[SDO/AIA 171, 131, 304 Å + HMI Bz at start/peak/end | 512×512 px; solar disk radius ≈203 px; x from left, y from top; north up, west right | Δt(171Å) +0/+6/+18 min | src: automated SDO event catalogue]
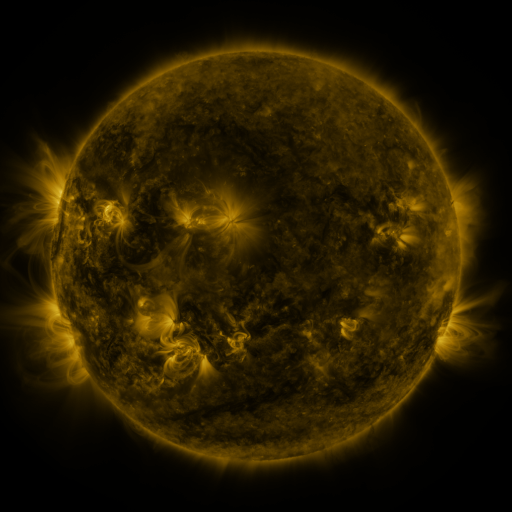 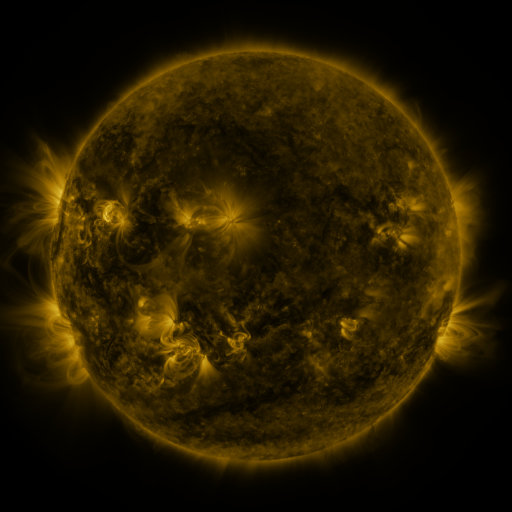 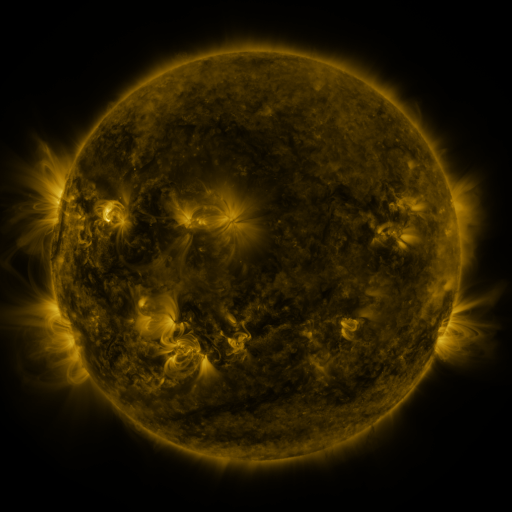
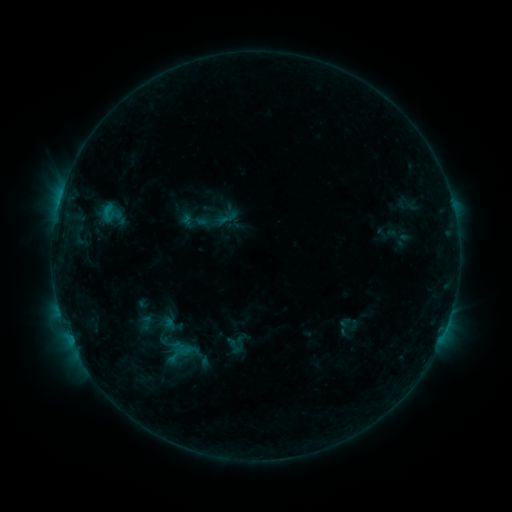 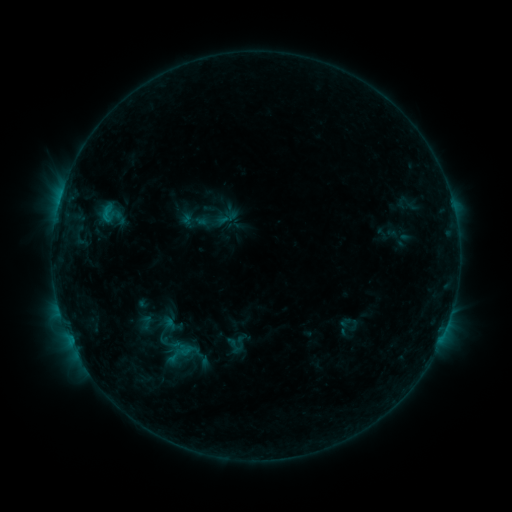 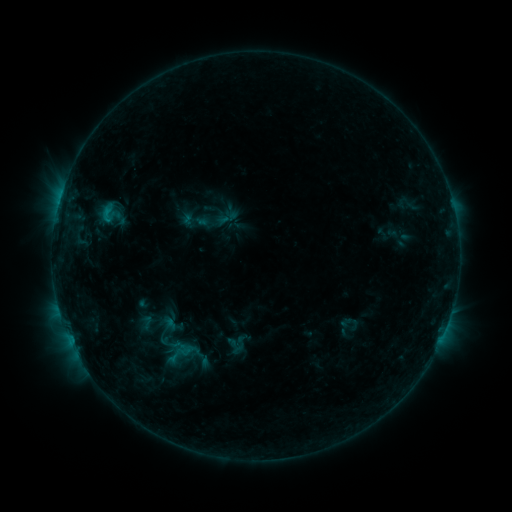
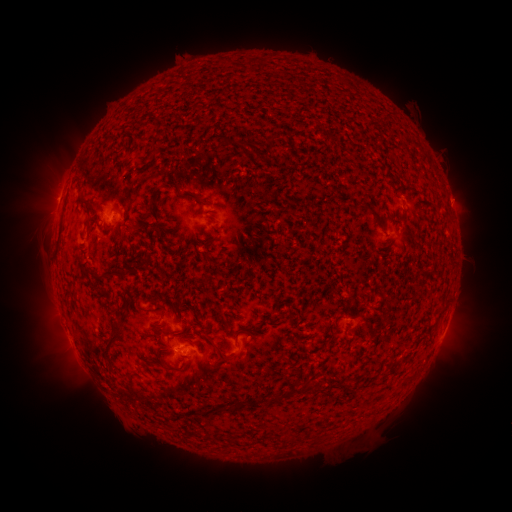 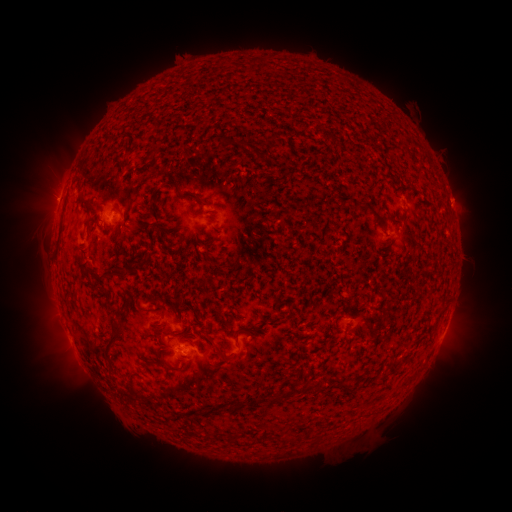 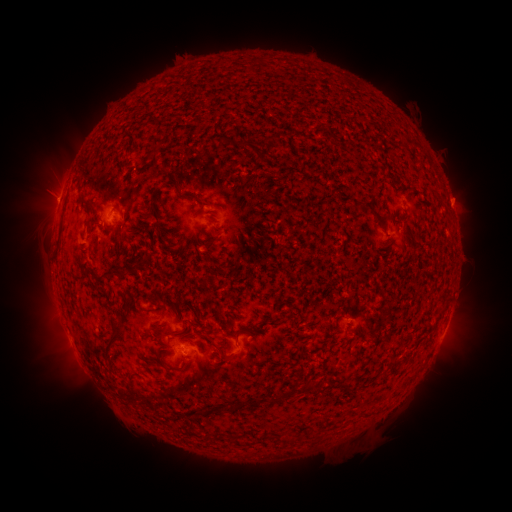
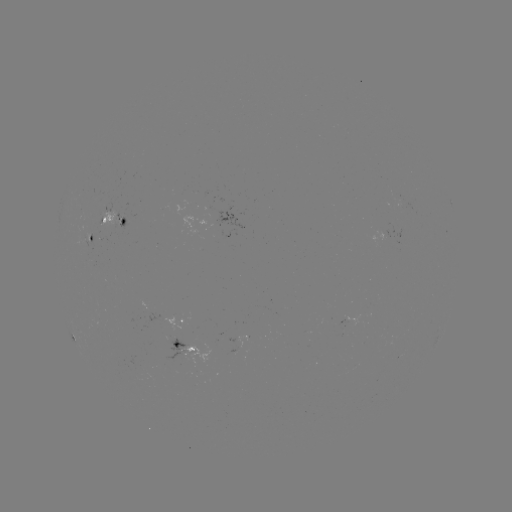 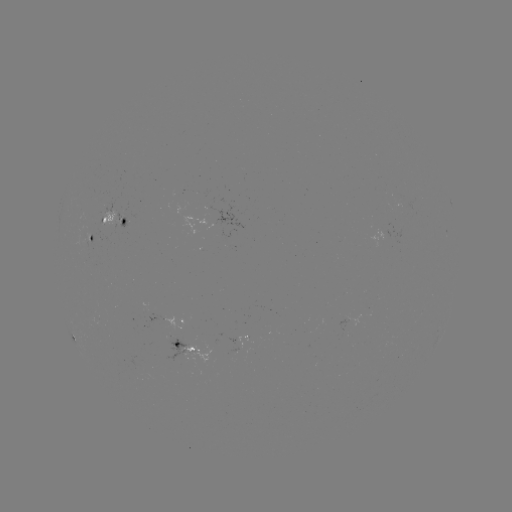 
nothing was catalogued: no classed flare, no EUV trigger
